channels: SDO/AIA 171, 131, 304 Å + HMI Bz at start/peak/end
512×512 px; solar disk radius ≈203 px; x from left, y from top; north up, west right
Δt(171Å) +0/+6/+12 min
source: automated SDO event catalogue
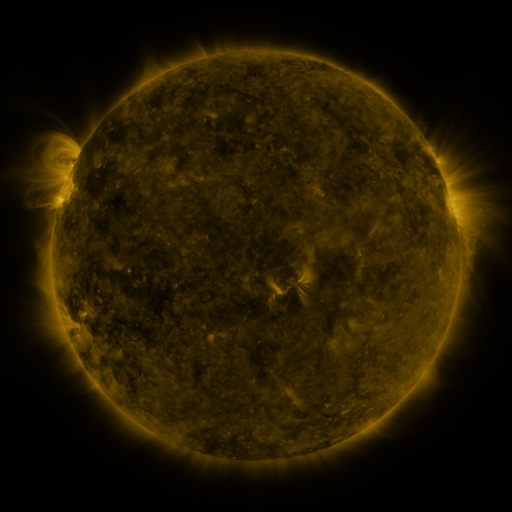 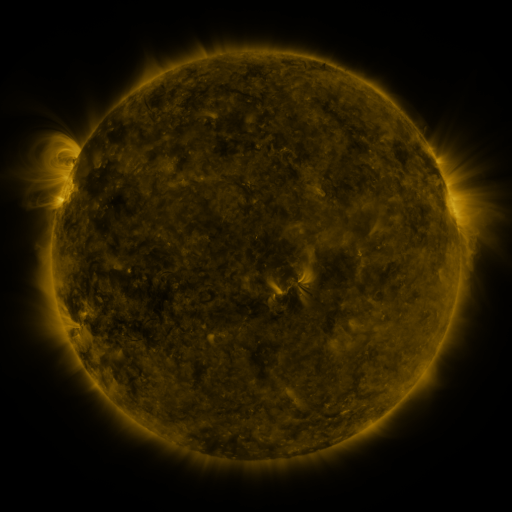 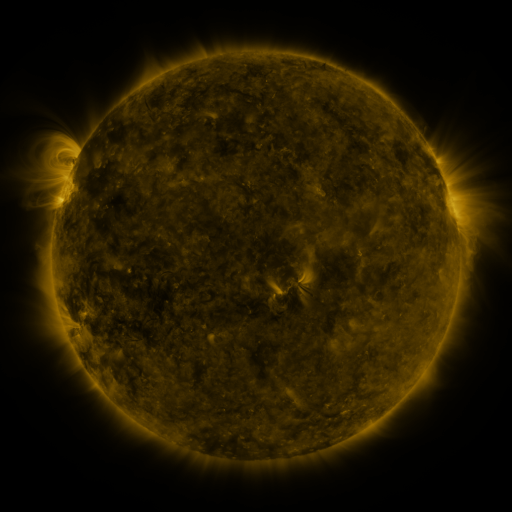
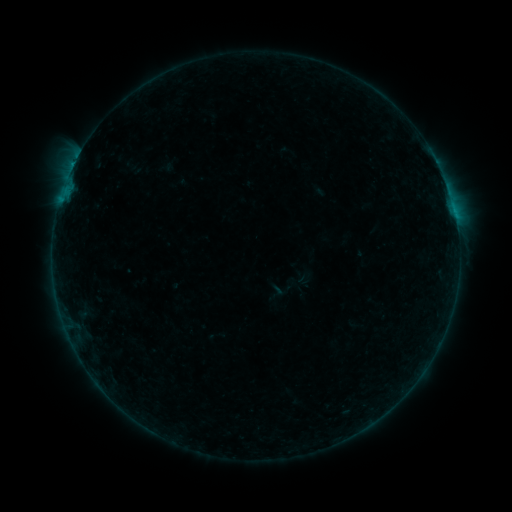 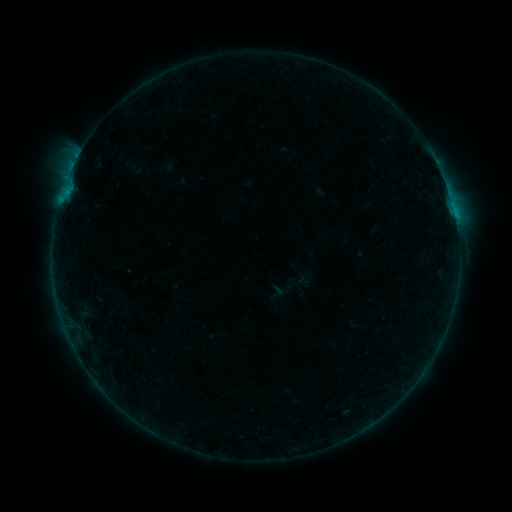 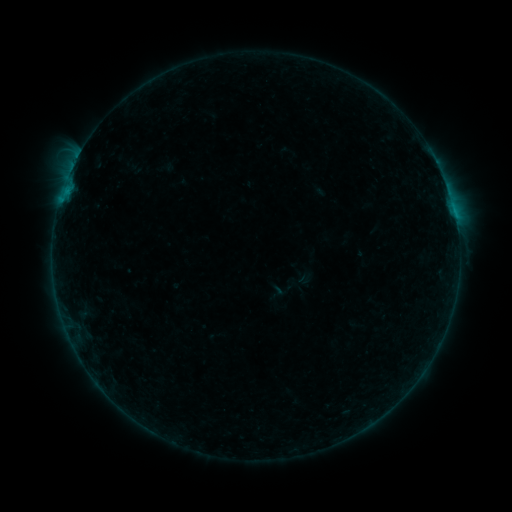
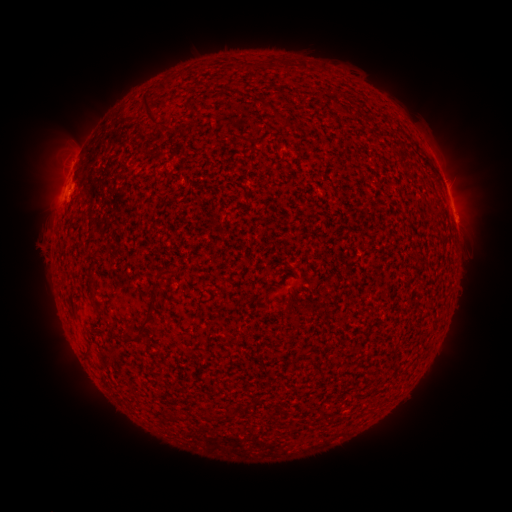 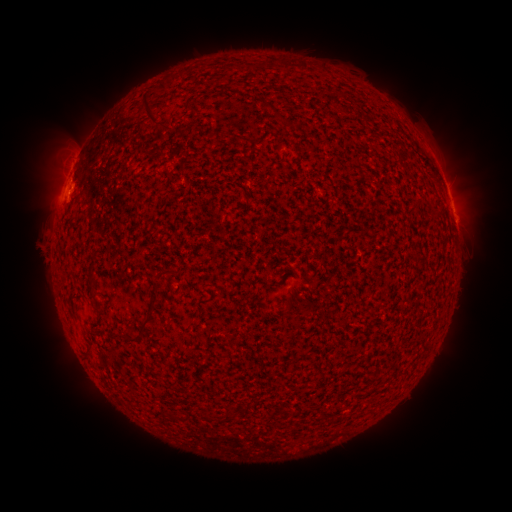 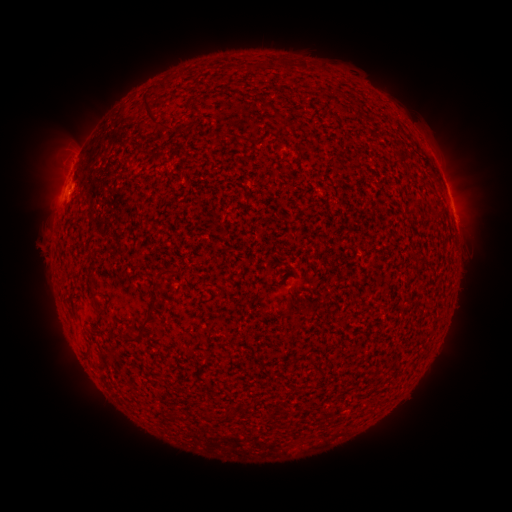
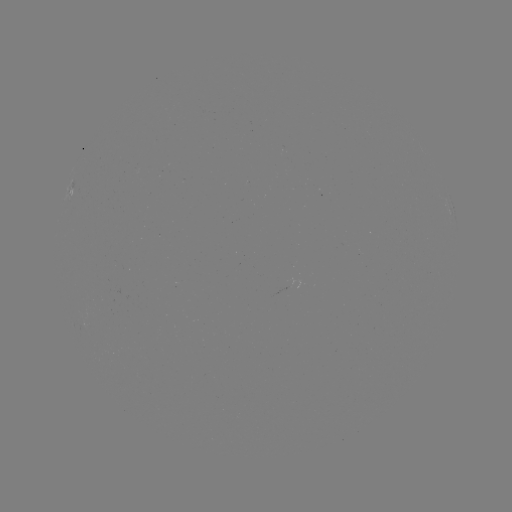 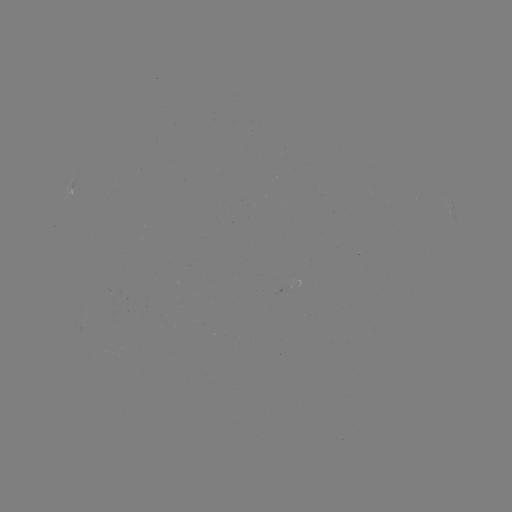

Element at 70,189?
B4.2 flare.